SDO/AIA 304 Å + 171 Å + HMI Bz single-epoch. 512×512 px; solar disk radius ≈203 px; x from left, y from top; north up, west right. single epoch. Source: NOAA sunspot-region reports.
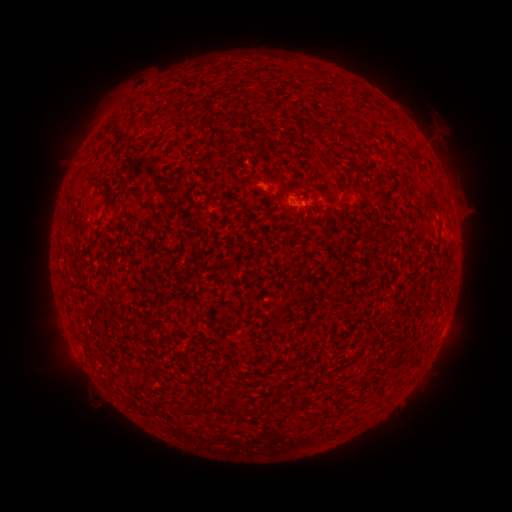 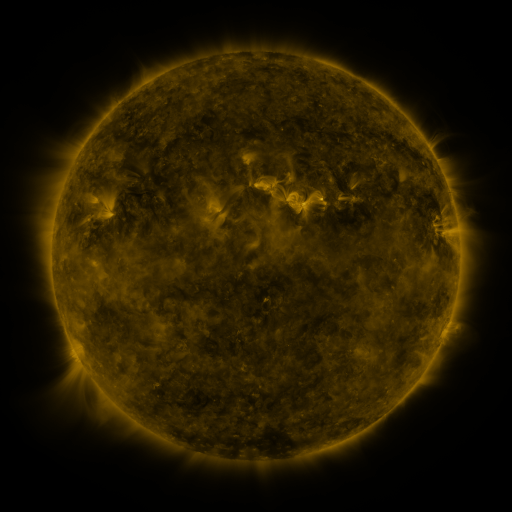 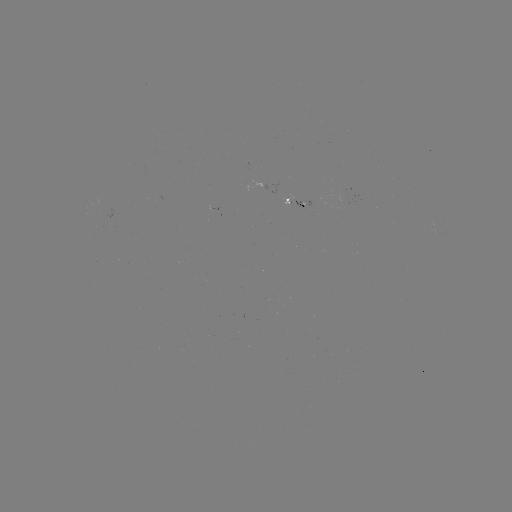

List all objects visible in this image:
spotted active region: (297, 201)
